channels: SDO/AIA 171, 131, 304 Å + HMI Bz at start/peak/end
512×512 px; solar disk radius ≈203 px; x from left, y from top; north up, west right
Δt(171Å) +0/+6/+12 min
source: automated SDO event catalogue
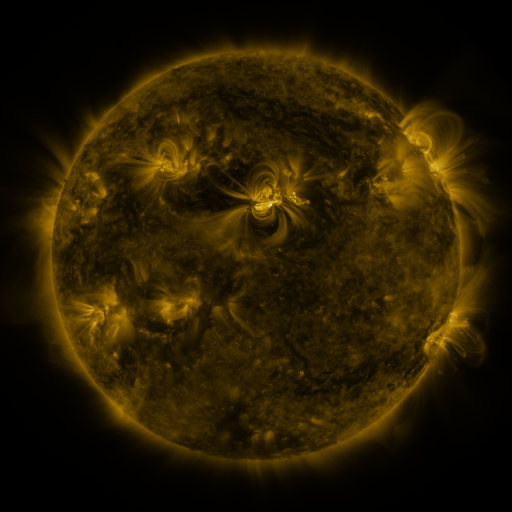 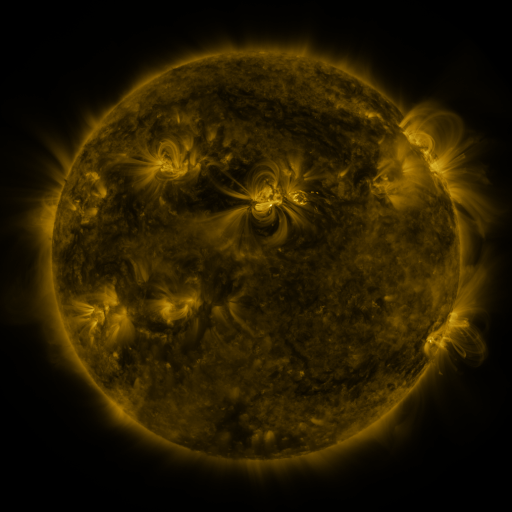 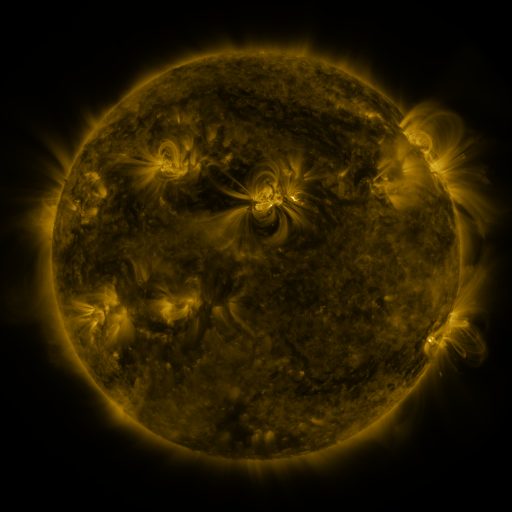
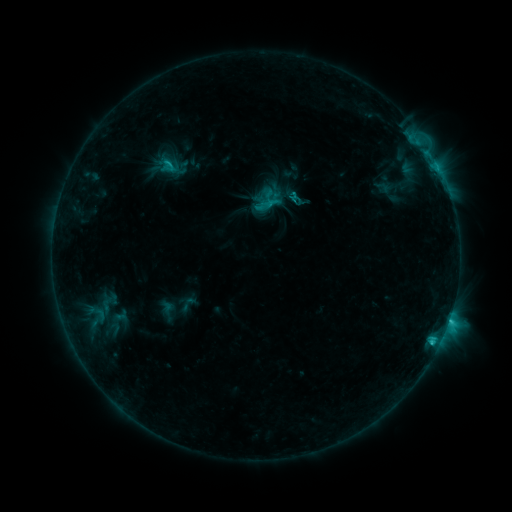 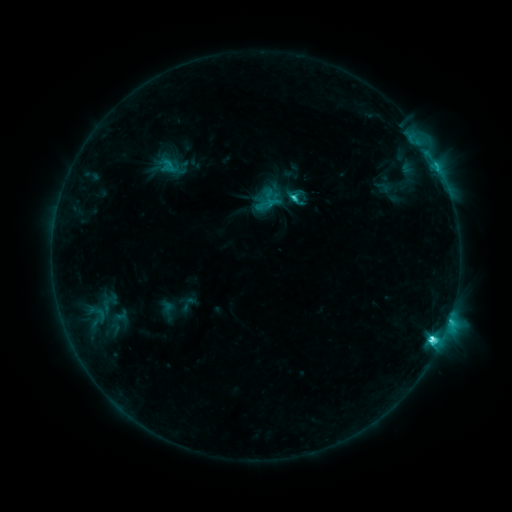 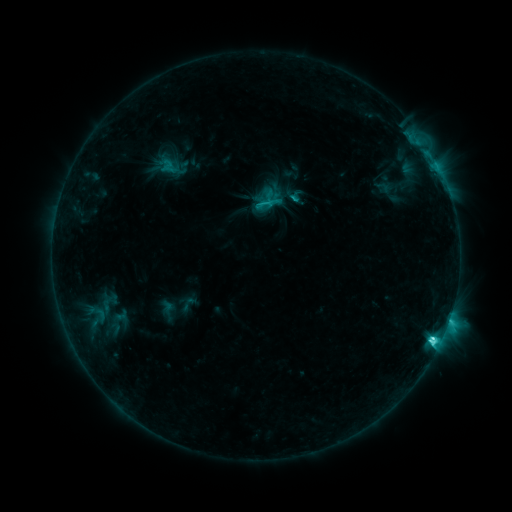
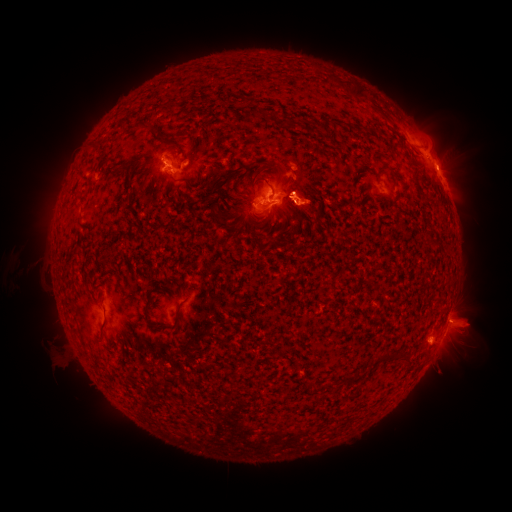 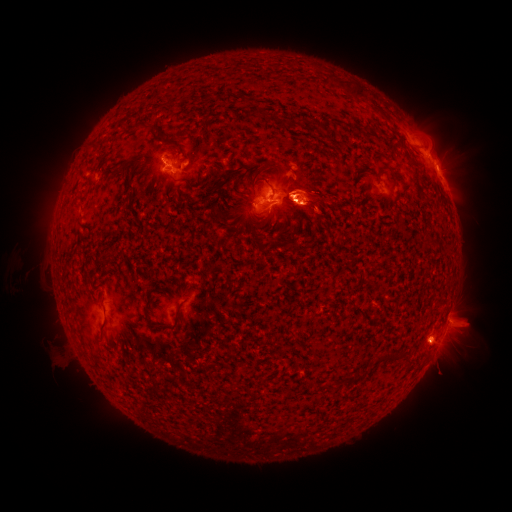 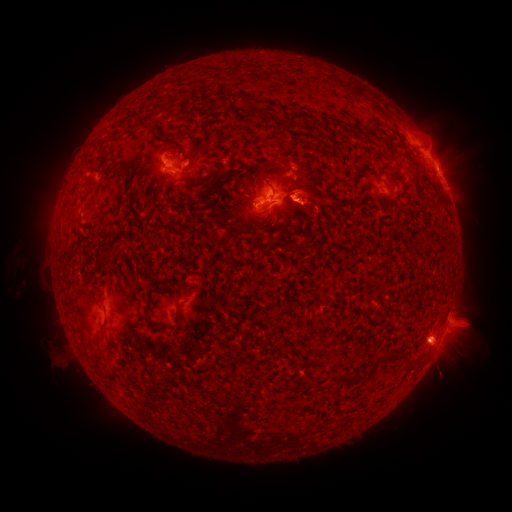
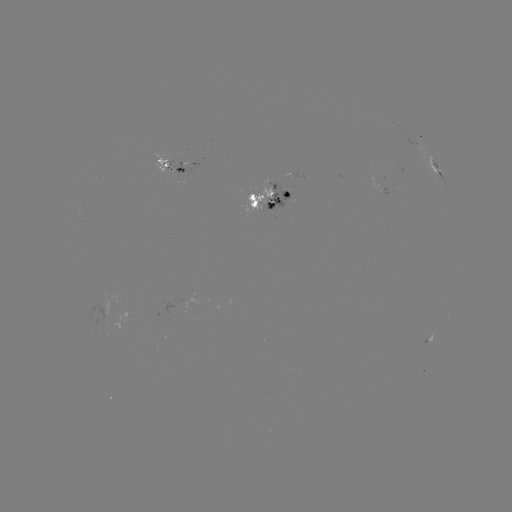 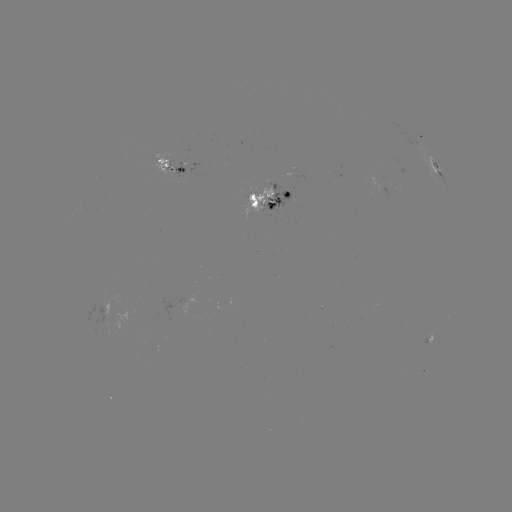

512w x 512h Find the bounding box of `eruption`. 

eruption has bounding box [31, 59, 178, 234].